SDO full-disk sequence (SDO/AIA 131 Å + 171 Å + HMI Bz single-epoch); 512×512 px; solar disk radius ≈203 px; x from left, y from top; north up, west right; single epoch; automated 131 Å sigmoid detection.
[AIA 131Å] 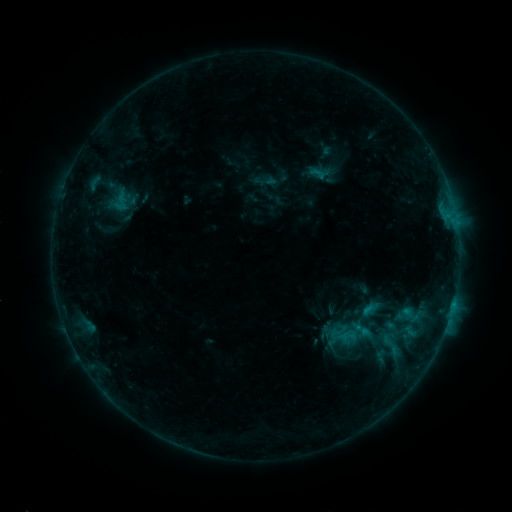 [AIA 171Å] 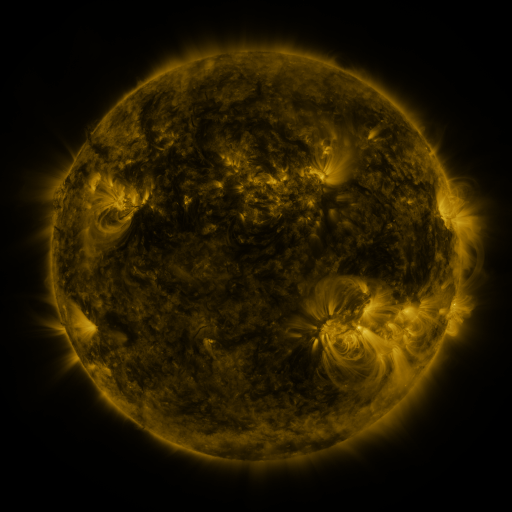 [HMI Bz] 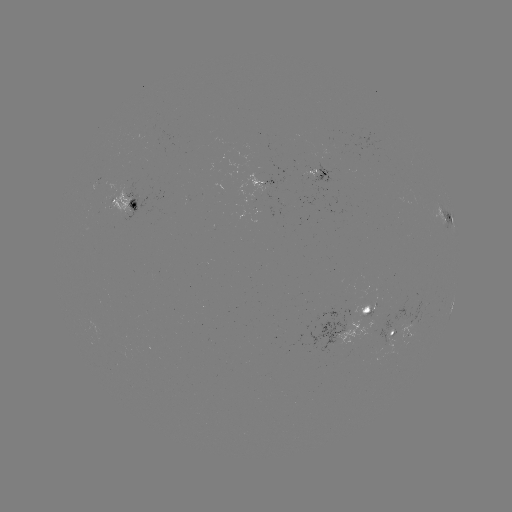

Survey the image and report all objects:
sigmoid: (391, 346)
